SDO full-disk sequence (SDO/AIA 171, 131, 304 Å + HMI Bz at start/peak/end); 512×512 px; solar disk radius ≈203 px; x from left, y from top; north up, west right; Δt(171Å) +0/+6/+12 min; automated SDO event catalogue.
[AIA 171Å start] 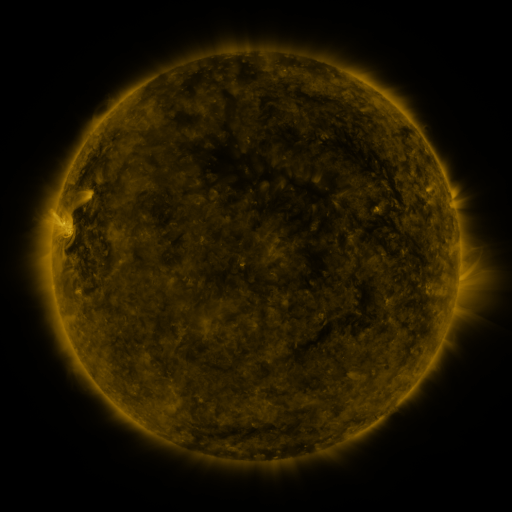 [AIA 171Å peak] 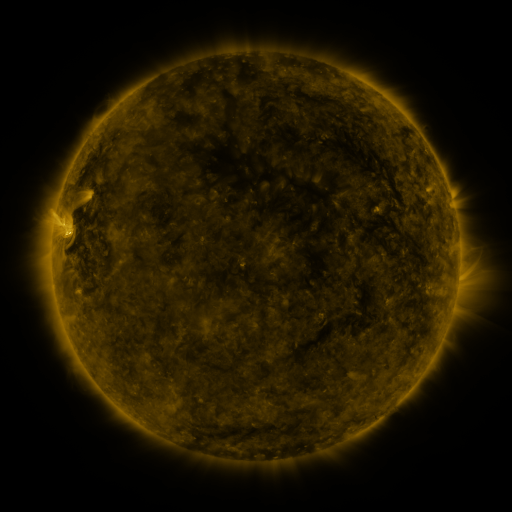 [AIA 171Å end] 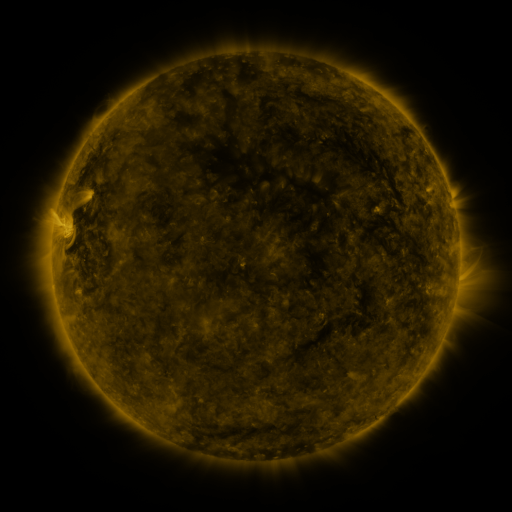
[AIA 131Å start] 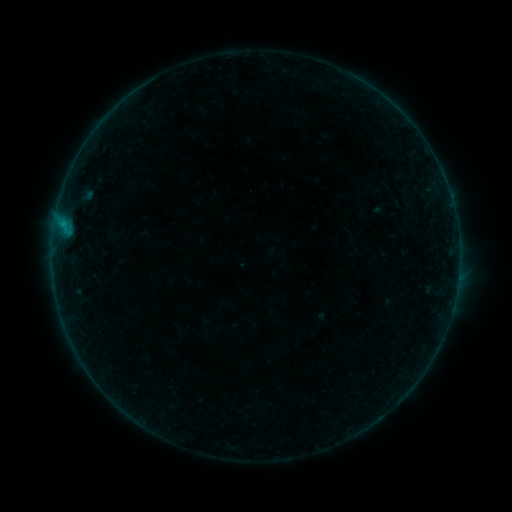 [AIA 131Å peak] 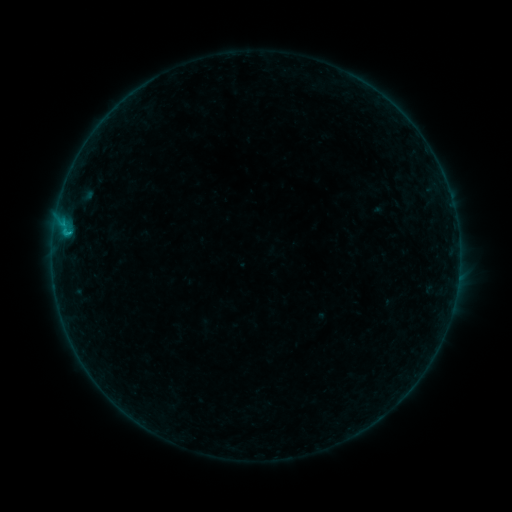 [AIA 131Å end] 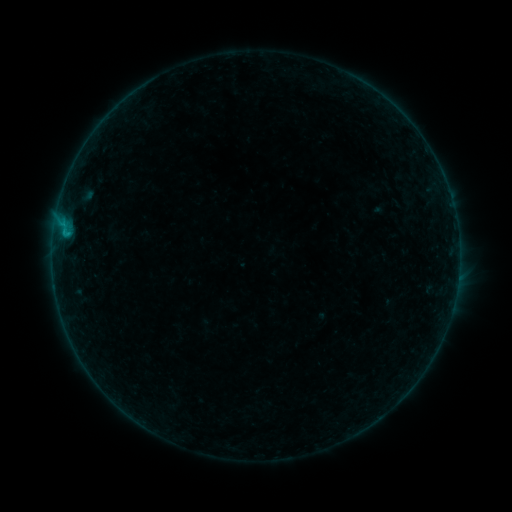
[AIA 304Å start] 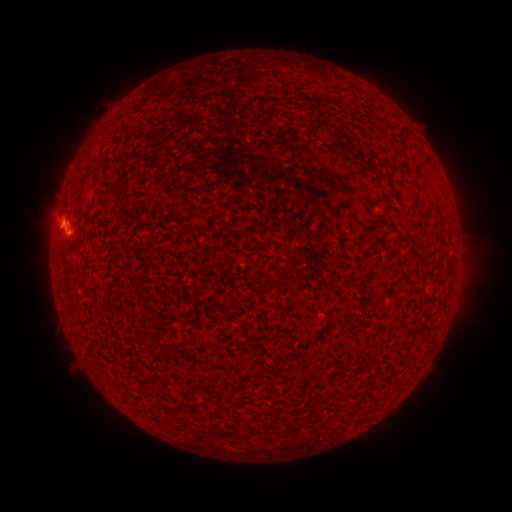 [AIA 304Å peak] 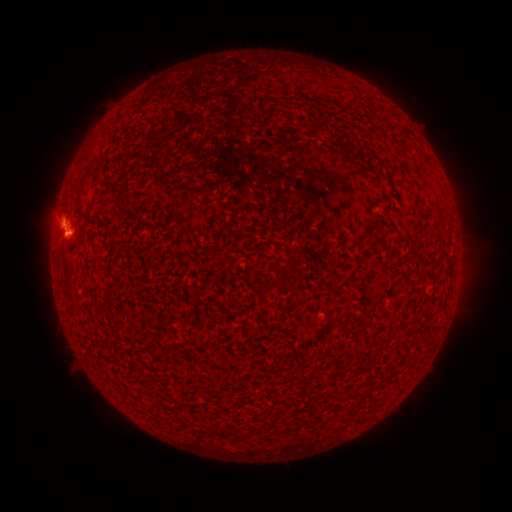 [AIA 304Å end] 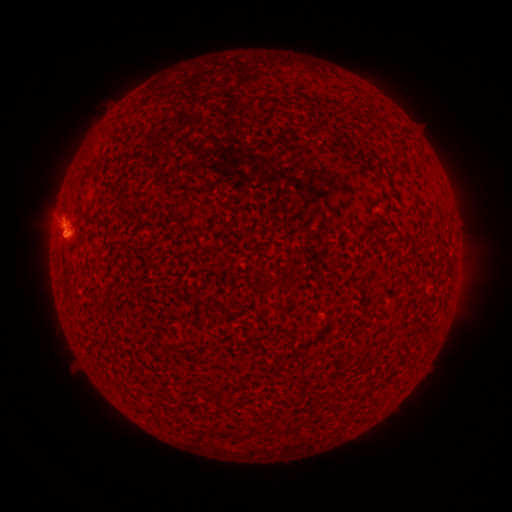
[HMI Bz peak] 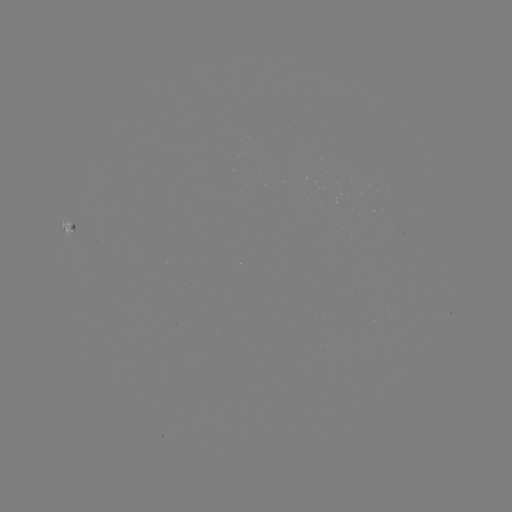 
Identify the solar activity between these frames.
B5.7 flare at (69, 236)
